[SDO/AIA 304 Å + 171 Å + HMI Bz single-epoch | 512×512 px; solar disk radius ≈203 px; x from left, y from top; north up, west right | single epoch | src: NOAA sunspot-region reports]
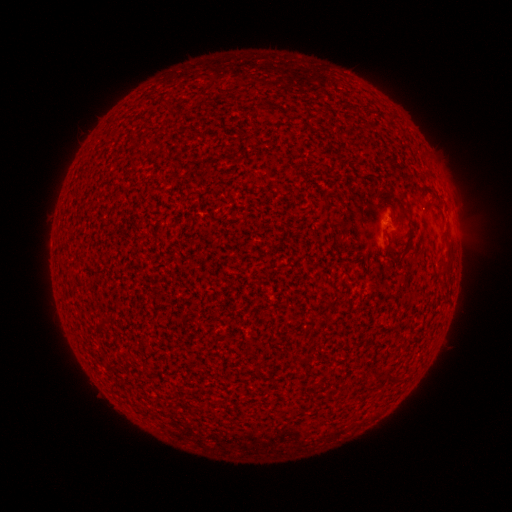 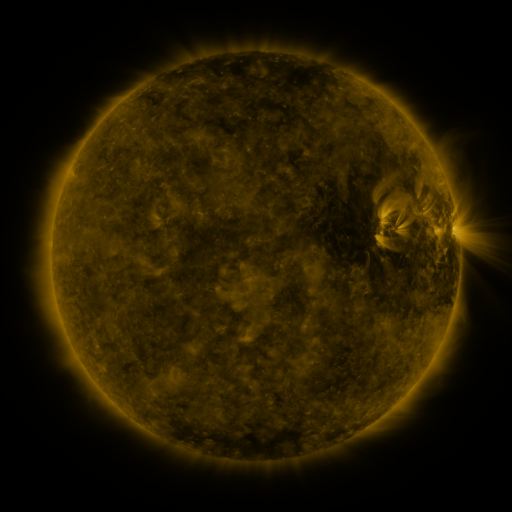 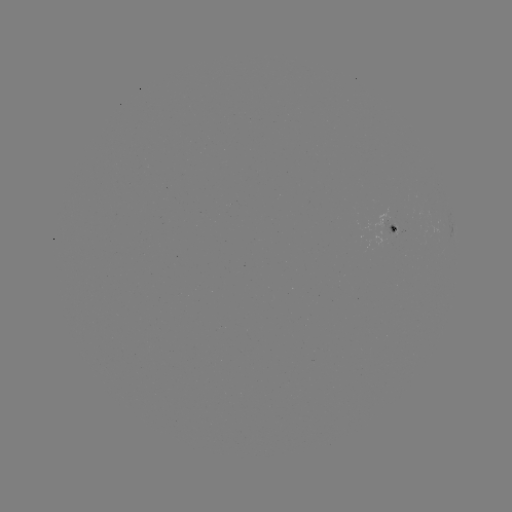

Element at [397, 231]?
spotted active region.